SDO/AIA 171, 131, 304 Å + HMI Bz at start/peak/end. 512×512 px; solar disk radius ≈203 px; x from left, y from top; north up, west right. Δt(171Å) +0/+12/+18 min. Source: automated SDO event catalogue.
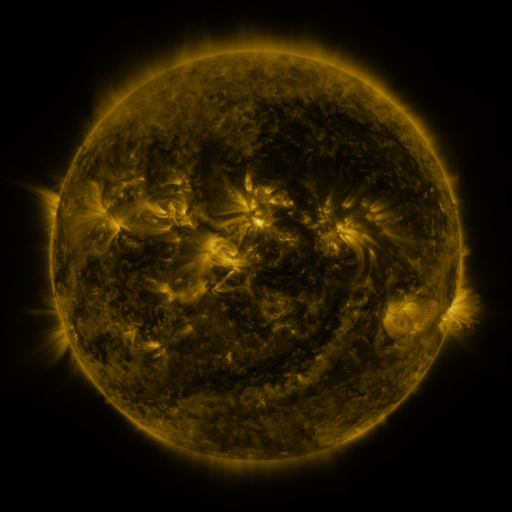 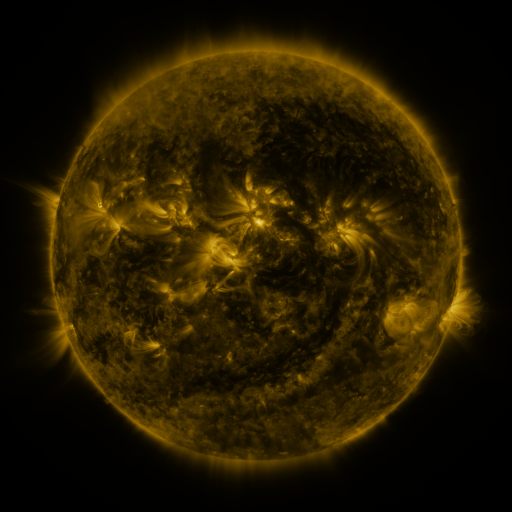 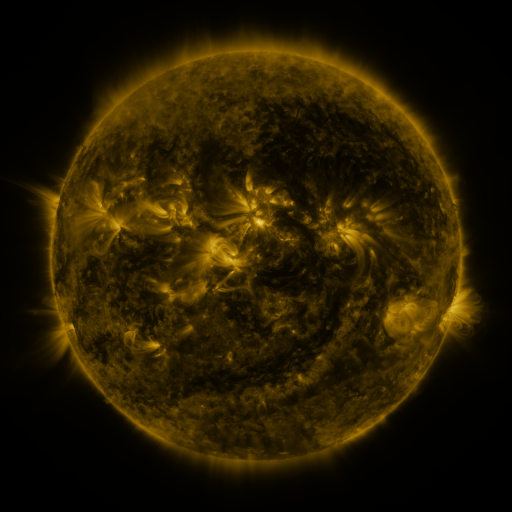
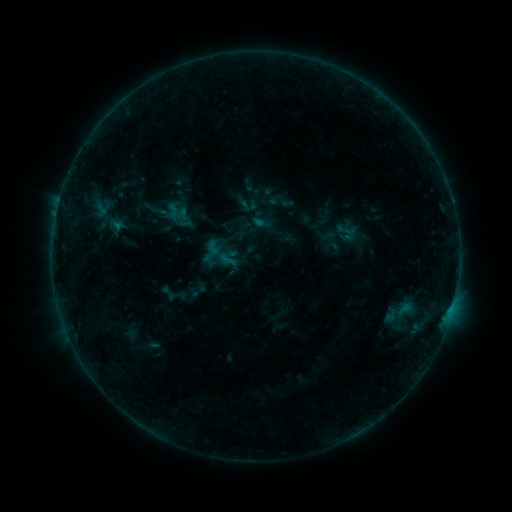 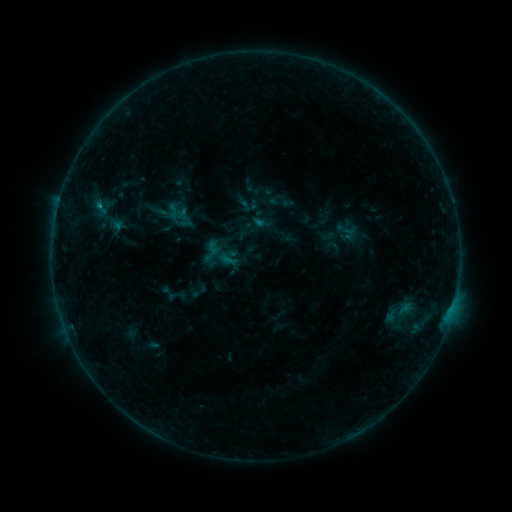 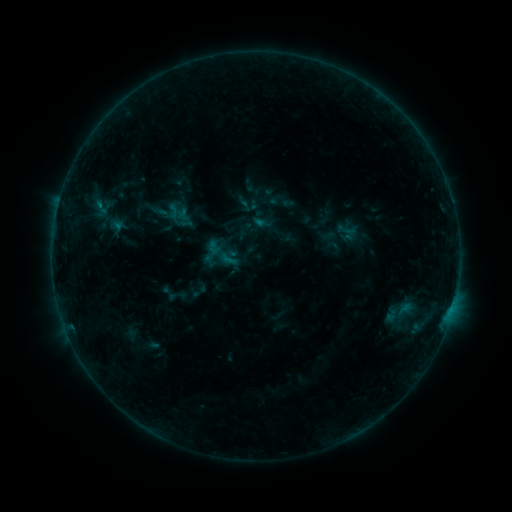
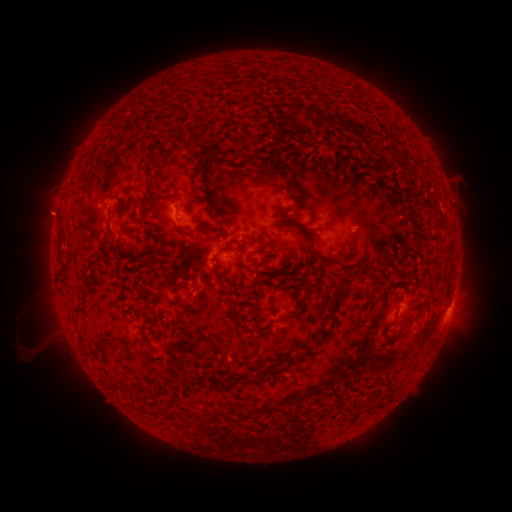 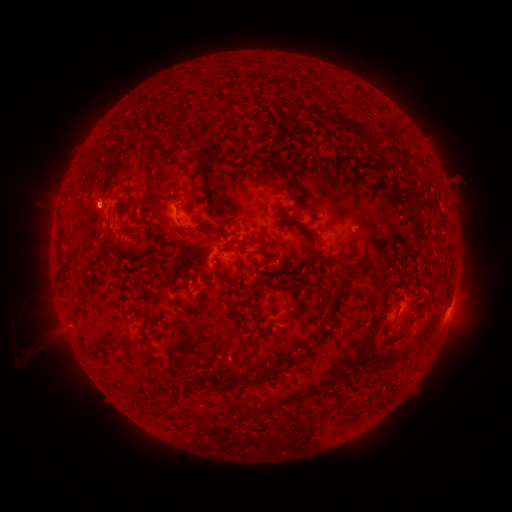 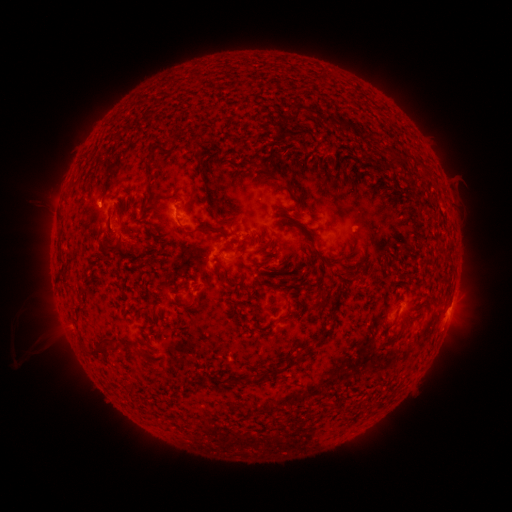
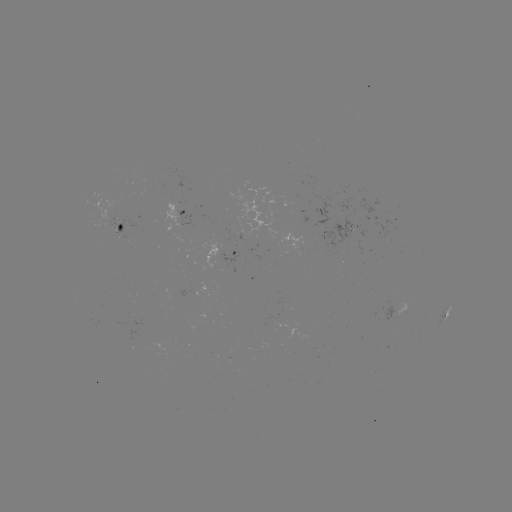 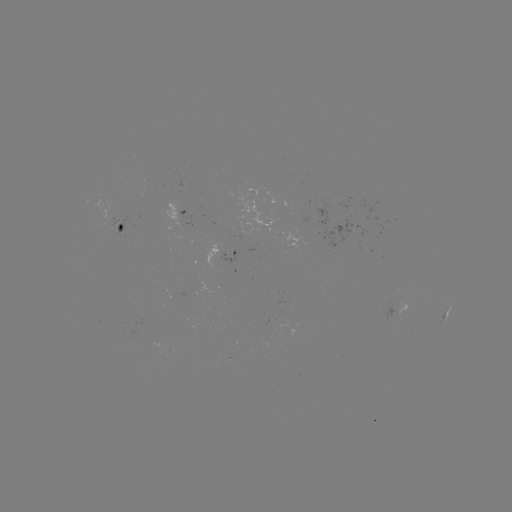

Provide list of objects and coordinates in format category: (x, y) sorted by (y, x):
B4.3 flare: (70, 326)
